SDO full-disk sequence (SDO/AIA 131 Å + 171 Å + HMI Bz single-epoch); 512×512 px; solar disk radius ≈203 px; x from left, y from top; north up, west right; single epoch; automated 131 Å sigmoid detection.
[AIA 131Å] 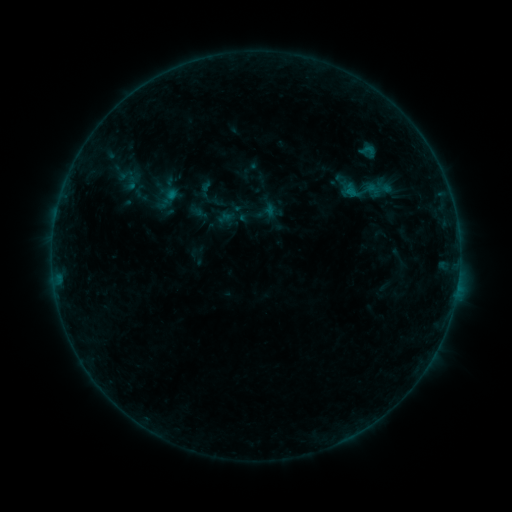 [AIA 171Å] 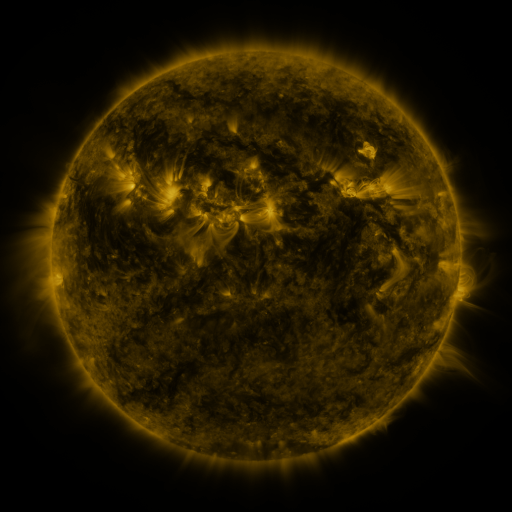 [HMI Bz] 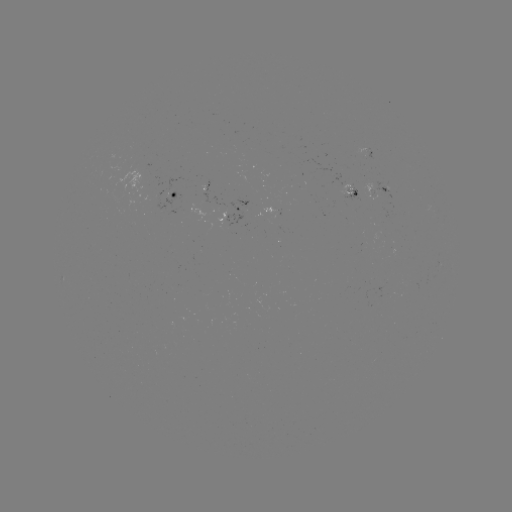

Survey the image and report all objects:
sigmoid: (369, 150)
sigmoid: (368, 187)
